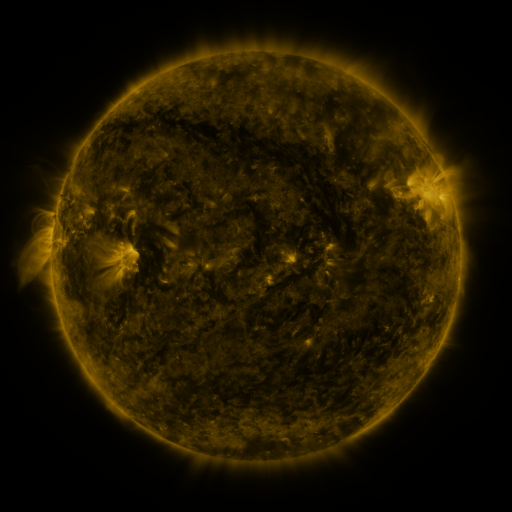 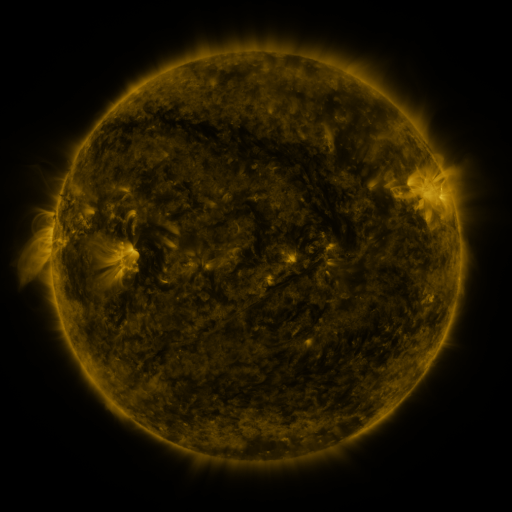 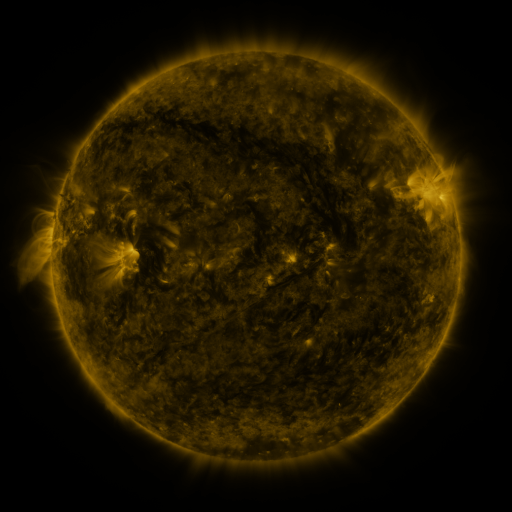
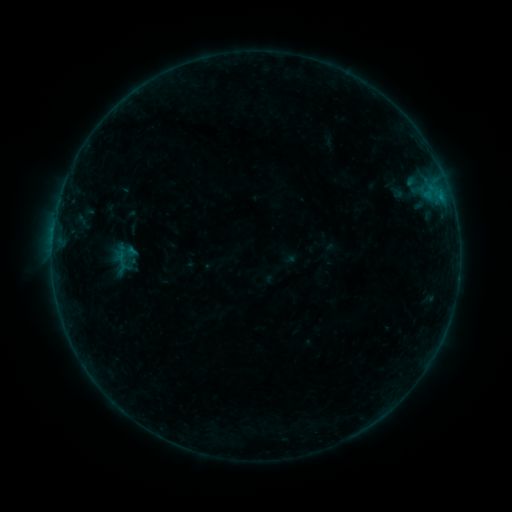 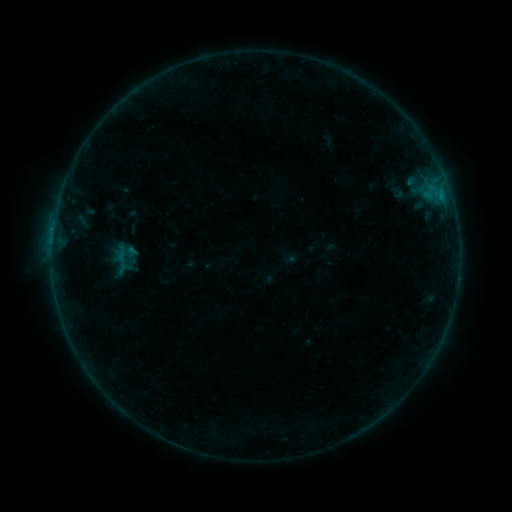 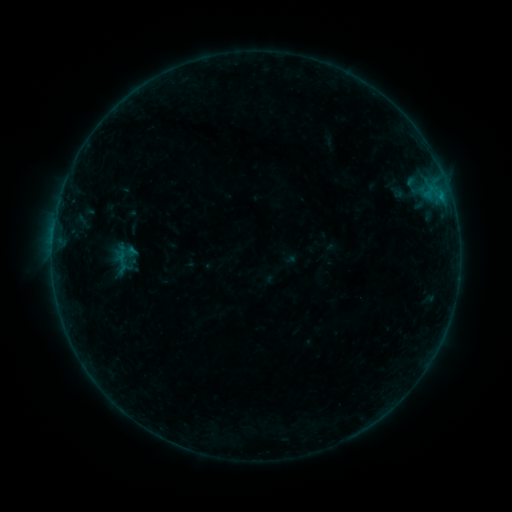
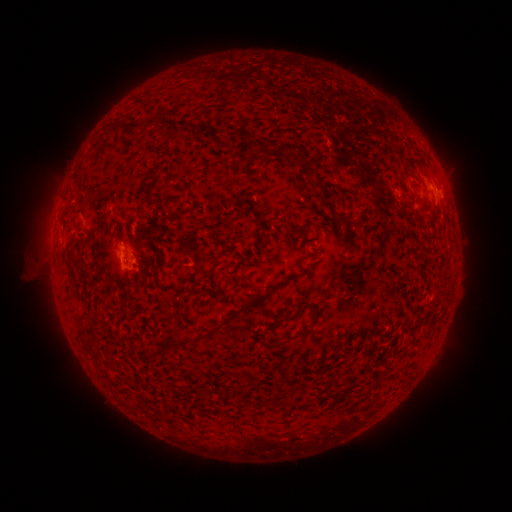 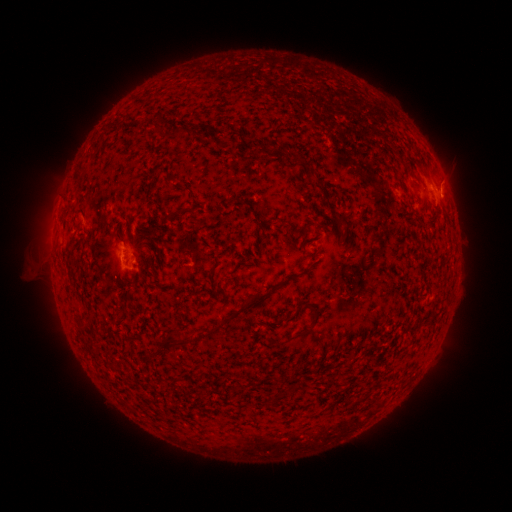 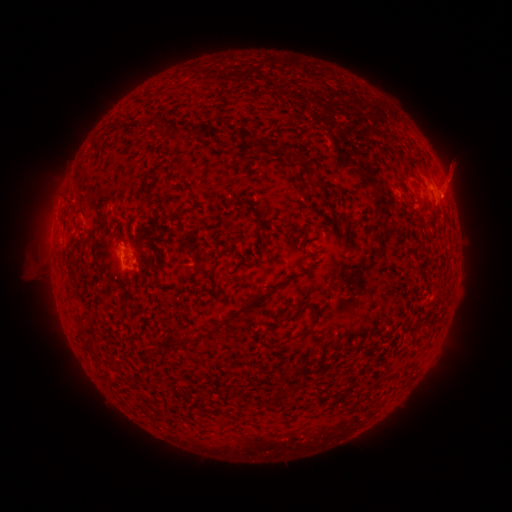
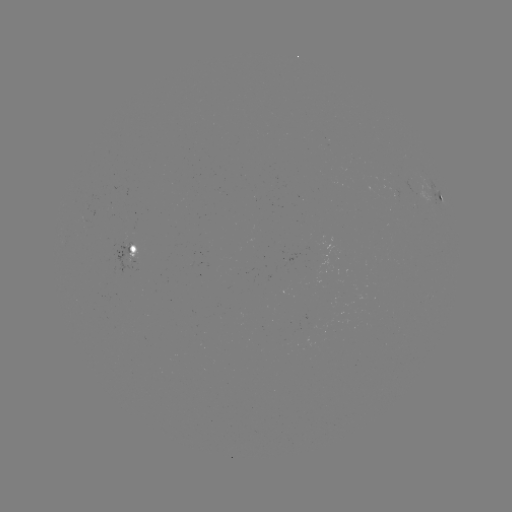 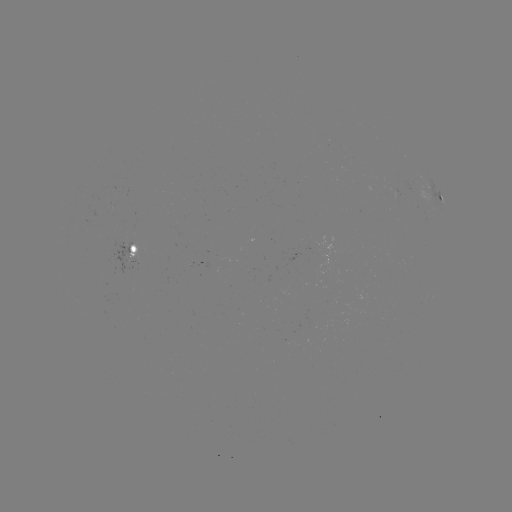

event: eruption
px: (449, 187)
